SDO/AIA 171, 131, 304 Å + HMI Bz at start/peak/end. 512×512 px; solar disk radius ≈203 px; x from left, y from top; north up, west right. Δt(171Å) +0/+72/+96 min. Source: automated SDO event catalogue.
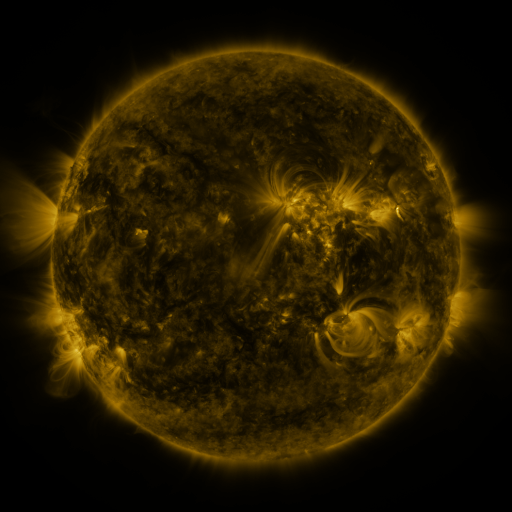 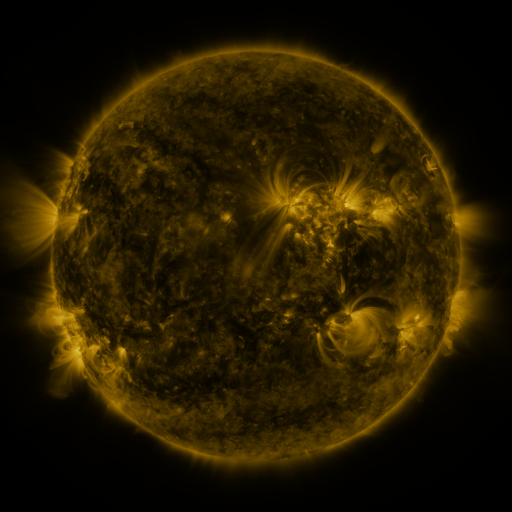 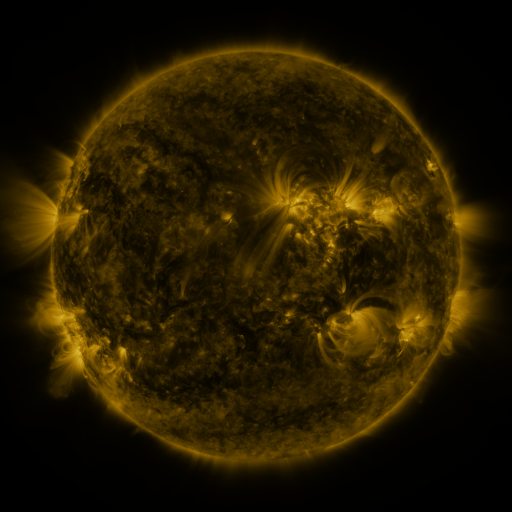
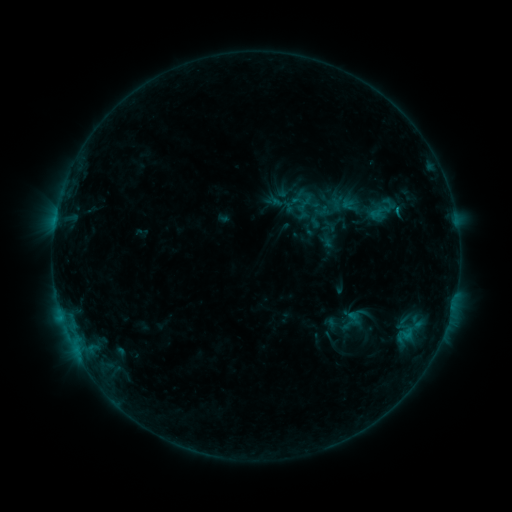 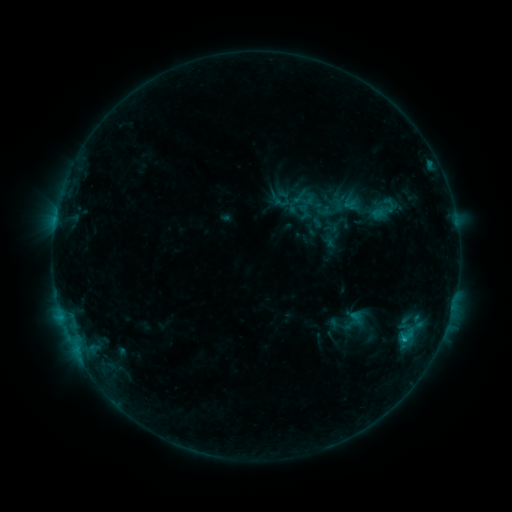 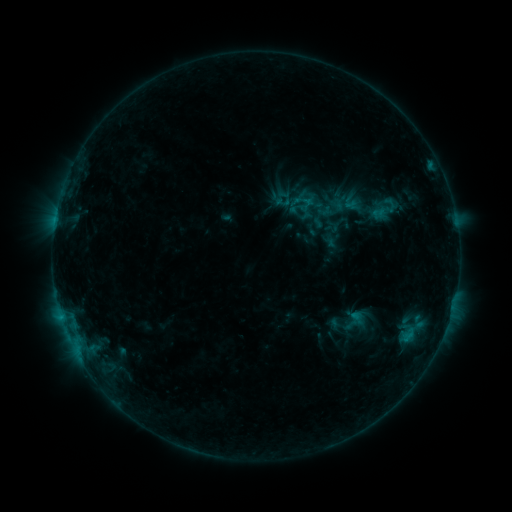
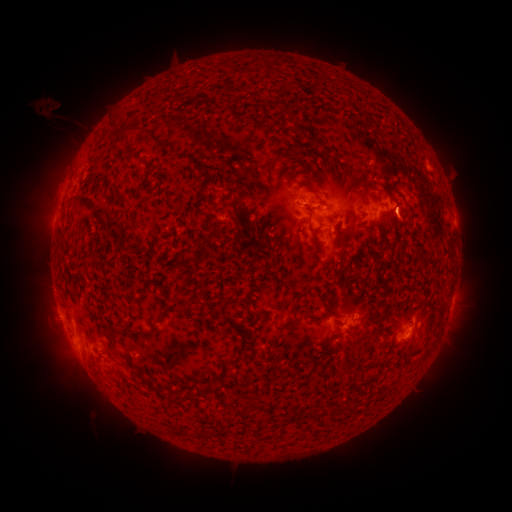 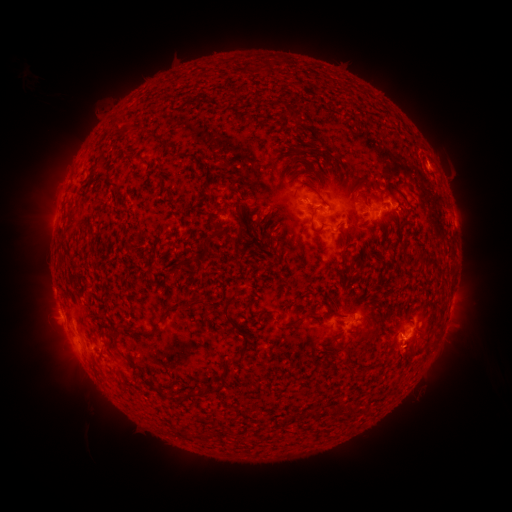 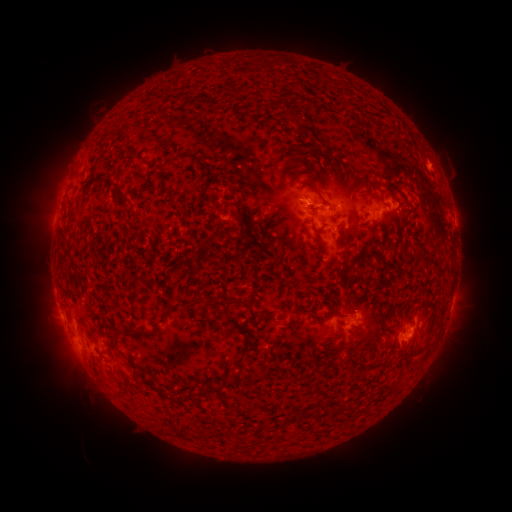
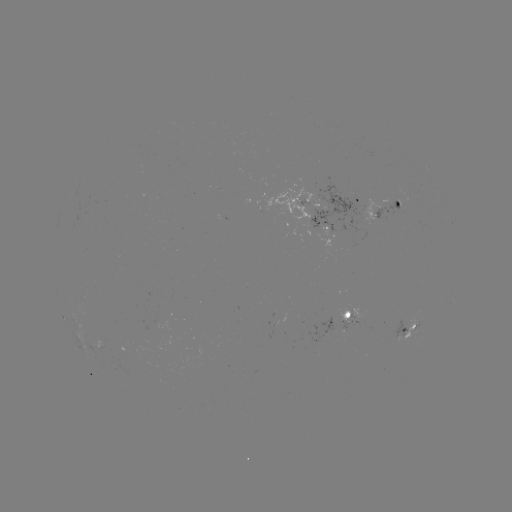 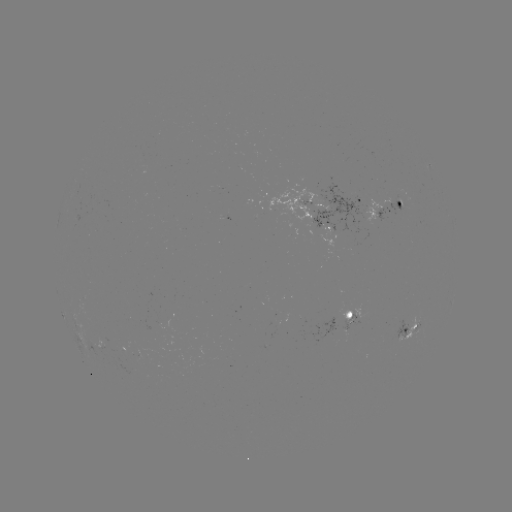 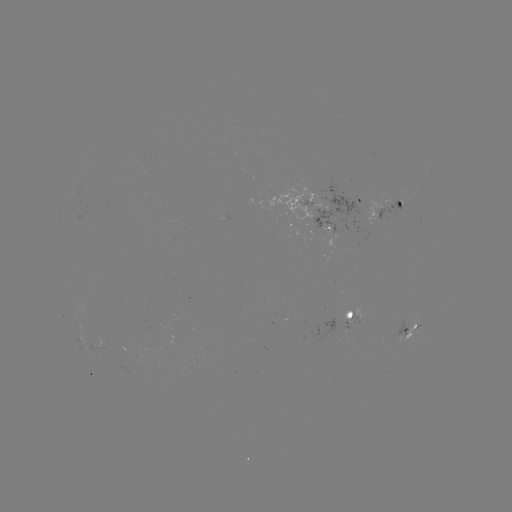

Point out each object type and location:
emerging-flux region: (404, 327)
